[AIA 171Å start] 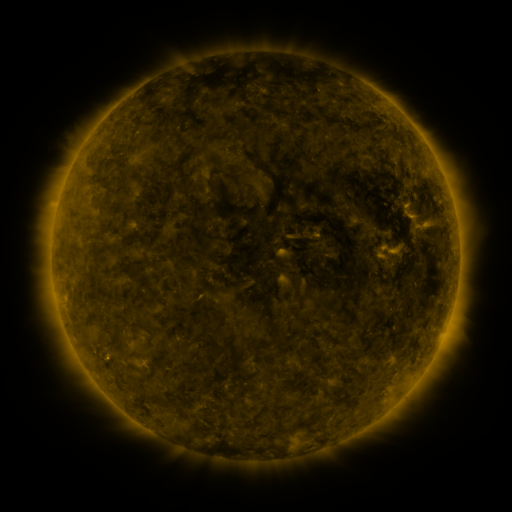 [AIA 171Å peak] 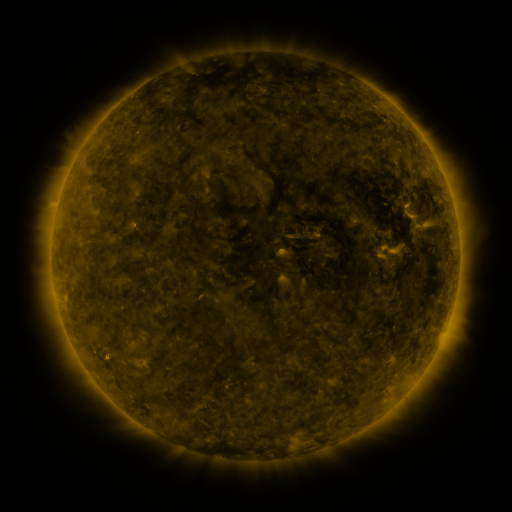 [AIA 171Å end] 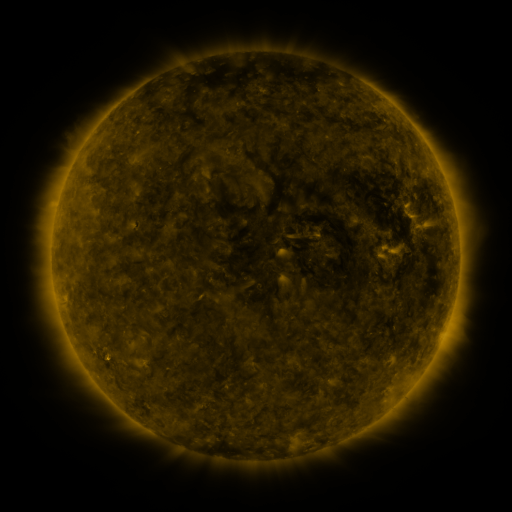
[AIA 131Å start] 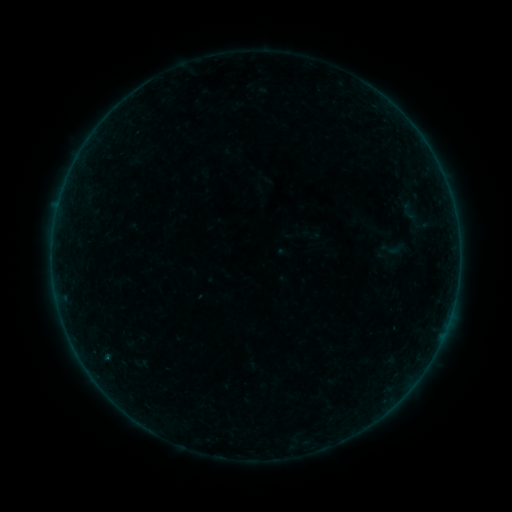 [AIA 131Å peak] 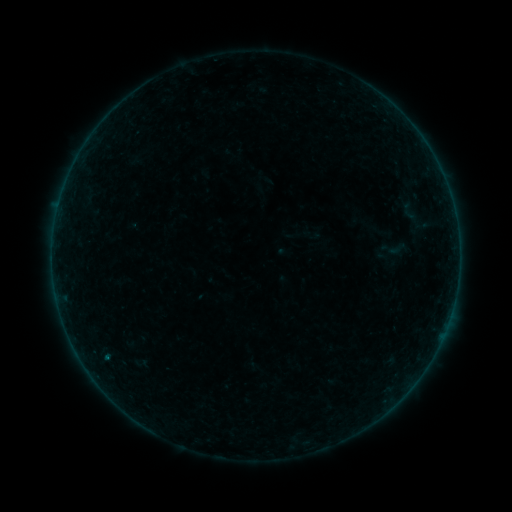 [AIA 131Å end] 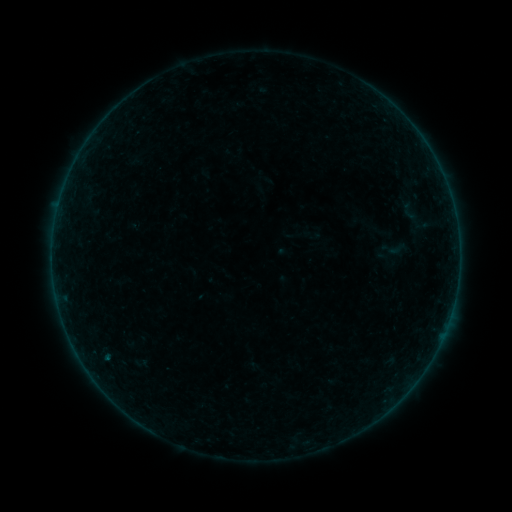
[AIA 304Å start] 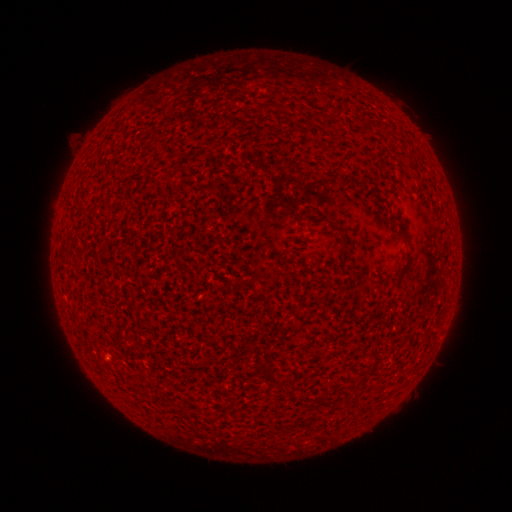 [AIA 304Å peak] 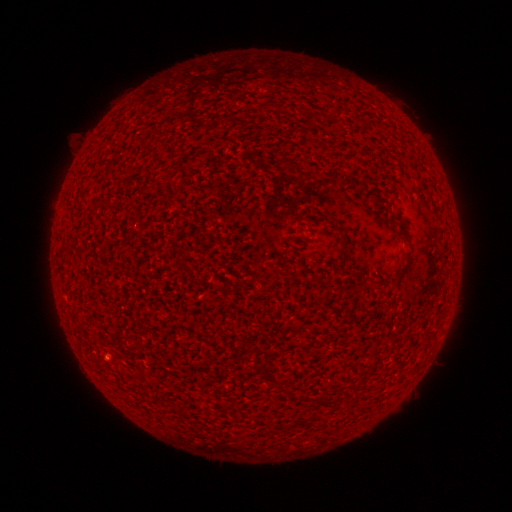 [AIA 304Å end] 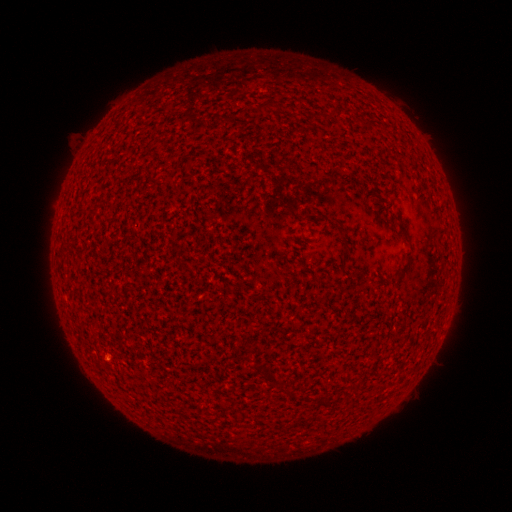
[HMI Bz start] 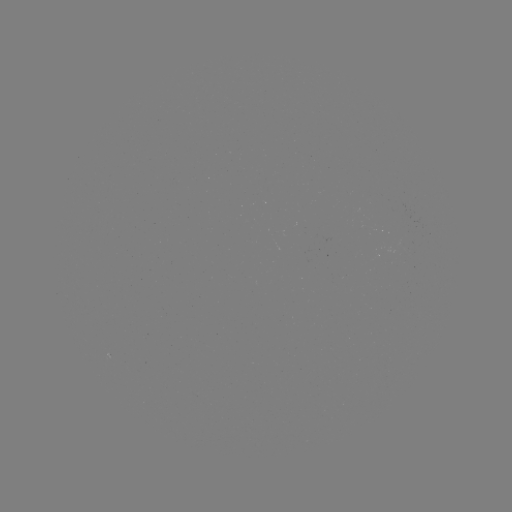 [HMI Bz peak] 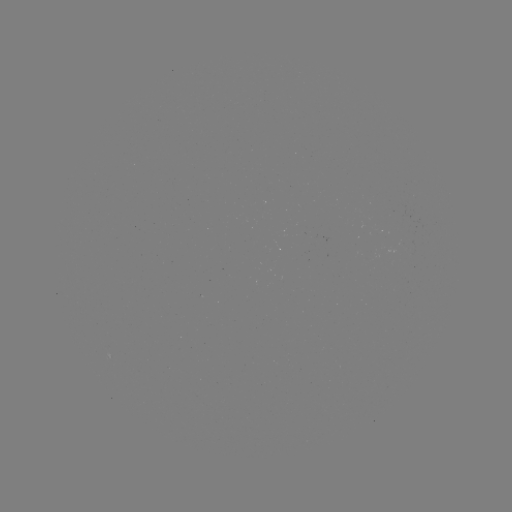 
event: flare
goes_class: B1.3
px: (106, 357)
